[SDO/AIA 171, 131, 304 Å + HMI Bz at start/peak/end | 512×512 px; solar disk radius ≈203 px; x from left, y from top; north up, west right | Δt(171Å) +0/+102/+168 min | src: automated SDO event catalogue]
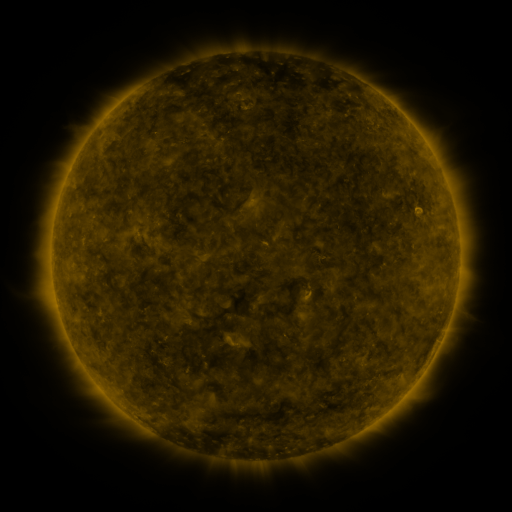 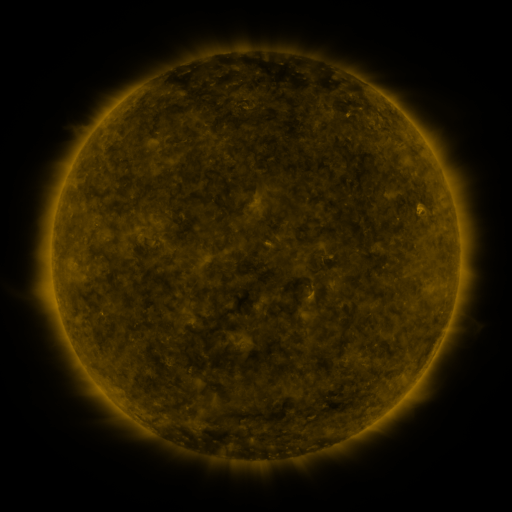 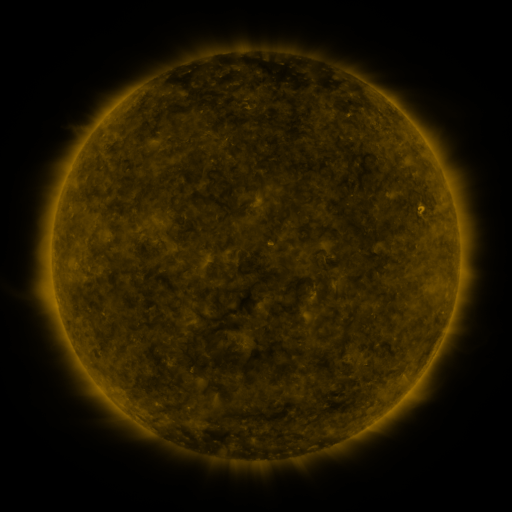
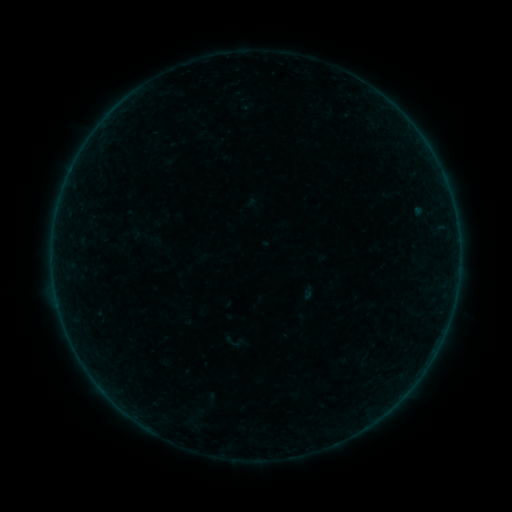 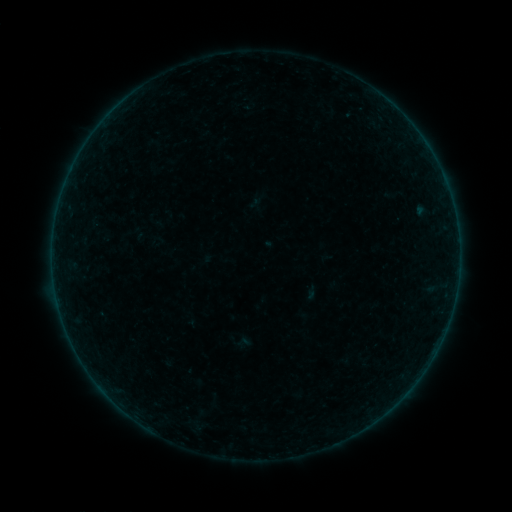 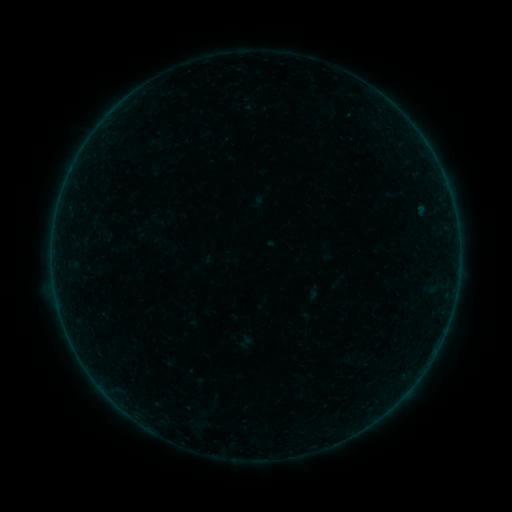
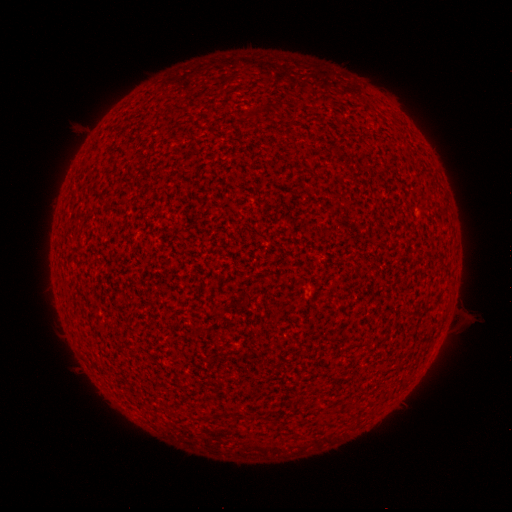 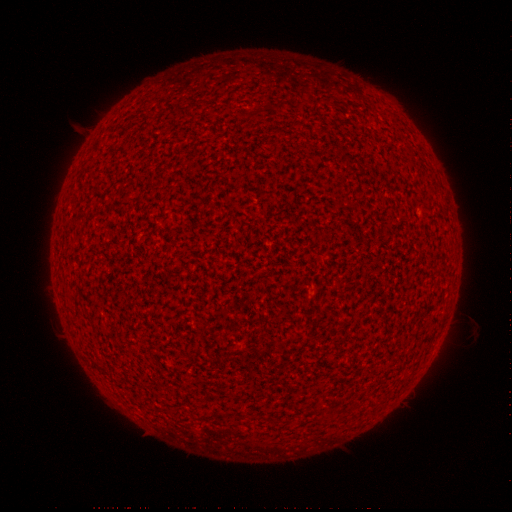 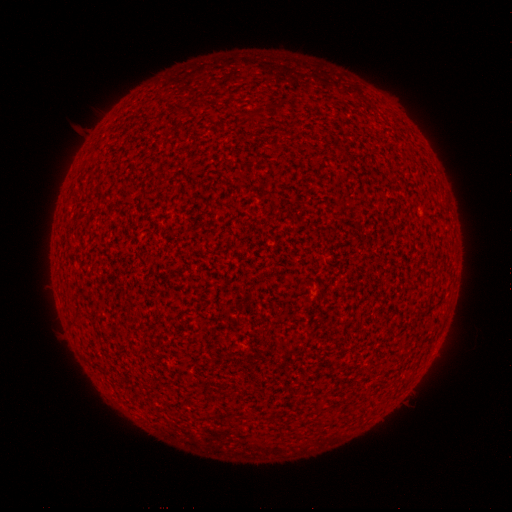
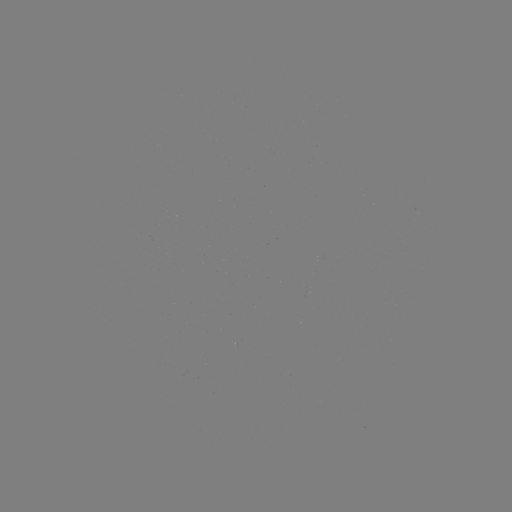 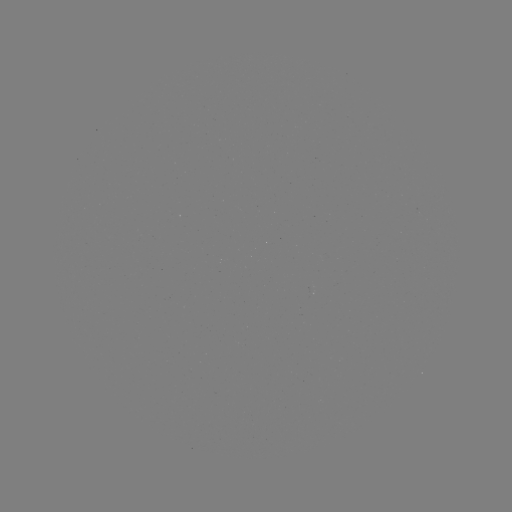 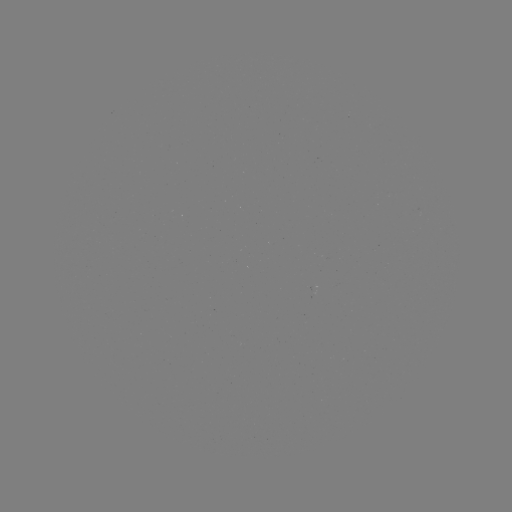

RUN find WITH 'A9.2 flare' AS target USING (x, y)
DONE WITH (421, 210) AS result